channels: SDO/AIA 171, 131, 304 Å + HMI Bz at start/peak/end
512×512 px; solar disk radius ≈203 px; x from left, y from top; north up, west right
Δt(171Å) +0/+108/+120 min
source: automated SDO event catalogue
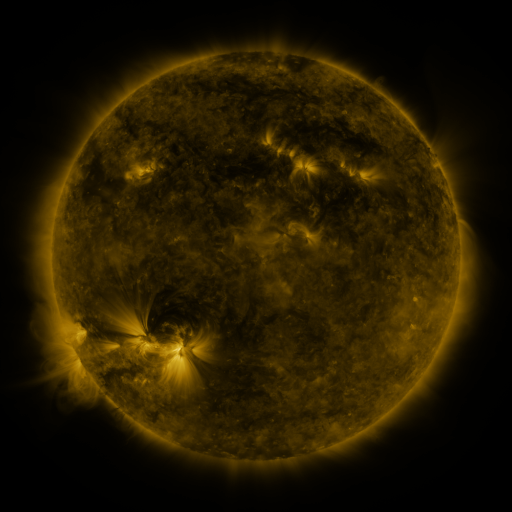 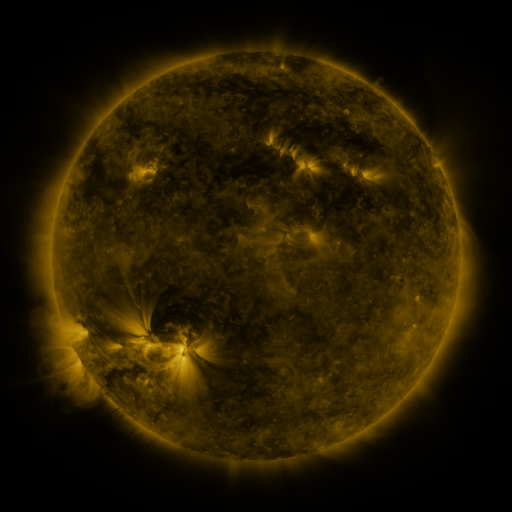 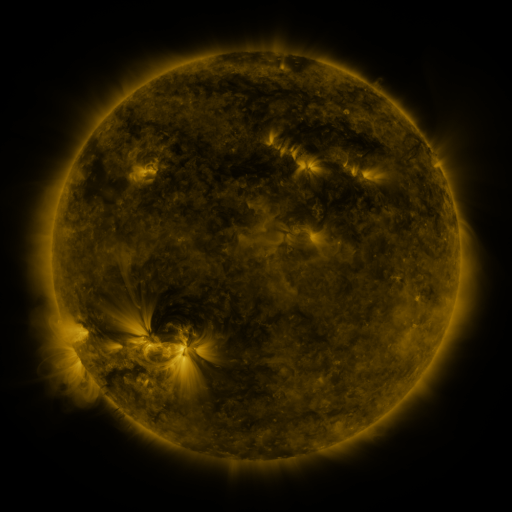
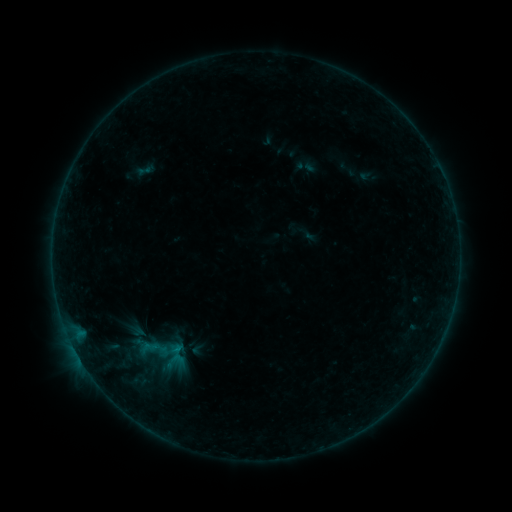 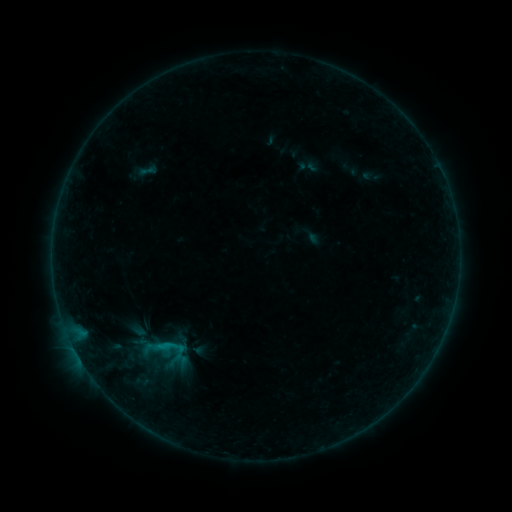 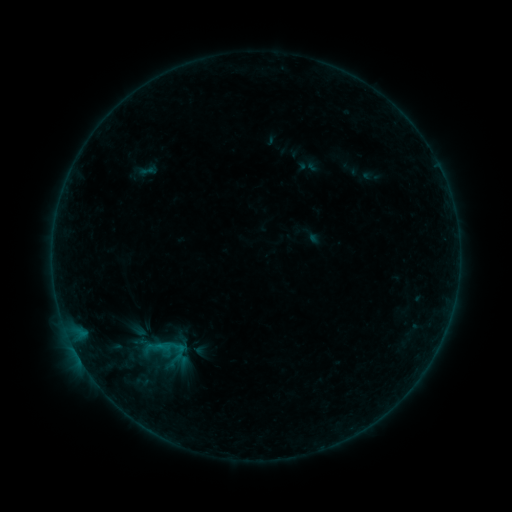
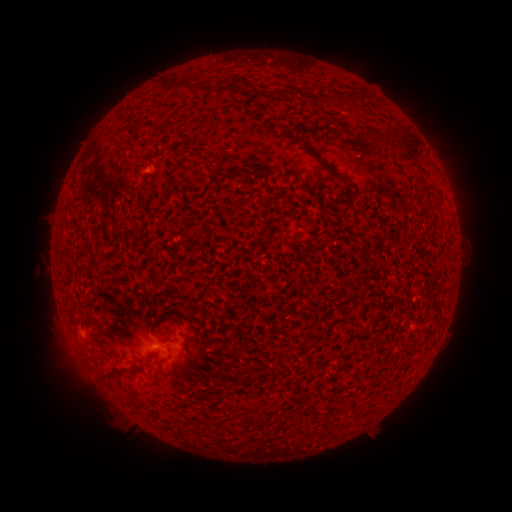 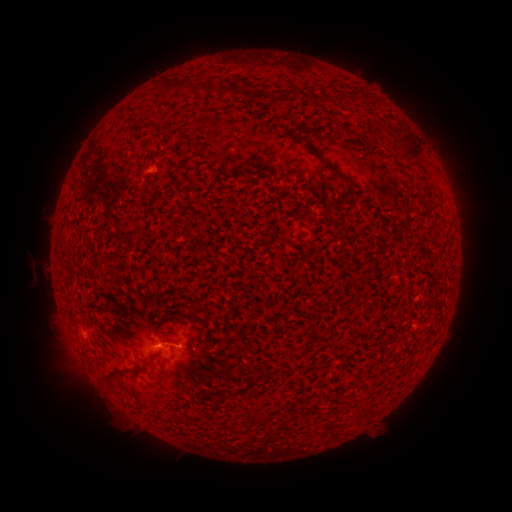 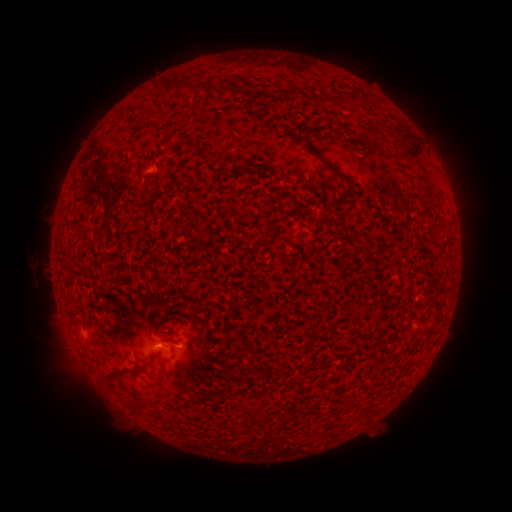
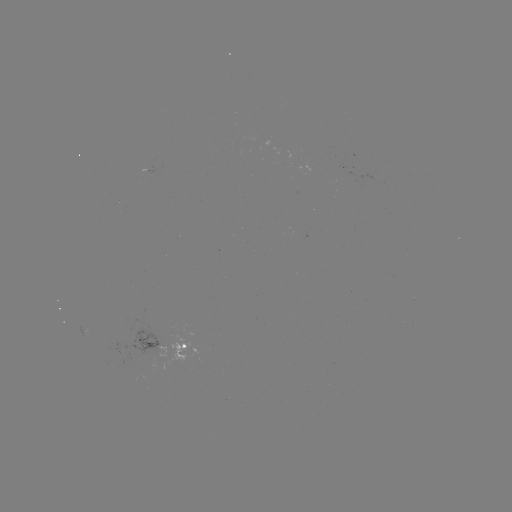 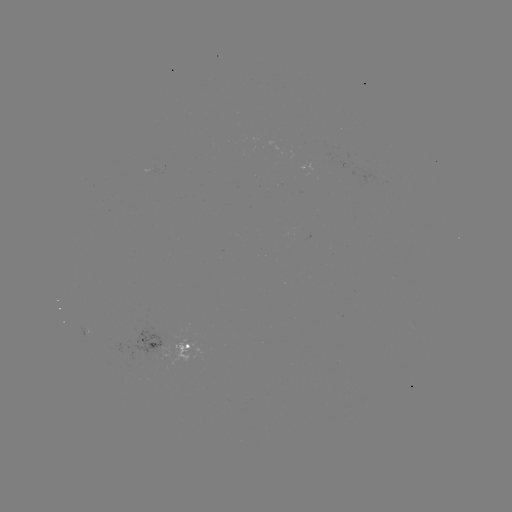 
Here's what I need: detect B5.1 flare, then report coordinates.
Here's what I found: B5.1 flare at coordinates [185, 334].